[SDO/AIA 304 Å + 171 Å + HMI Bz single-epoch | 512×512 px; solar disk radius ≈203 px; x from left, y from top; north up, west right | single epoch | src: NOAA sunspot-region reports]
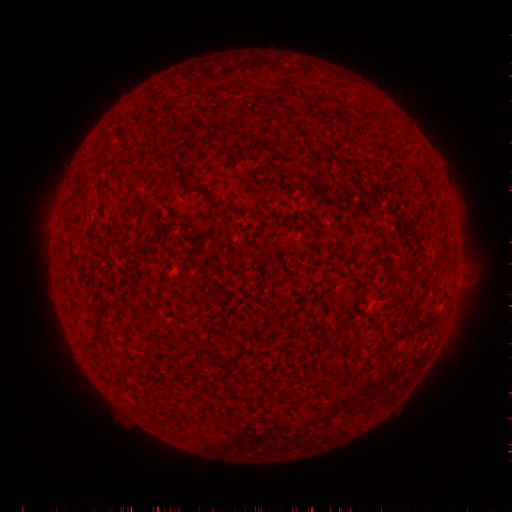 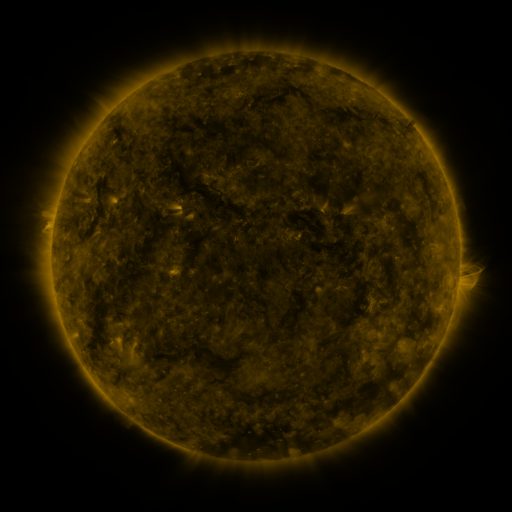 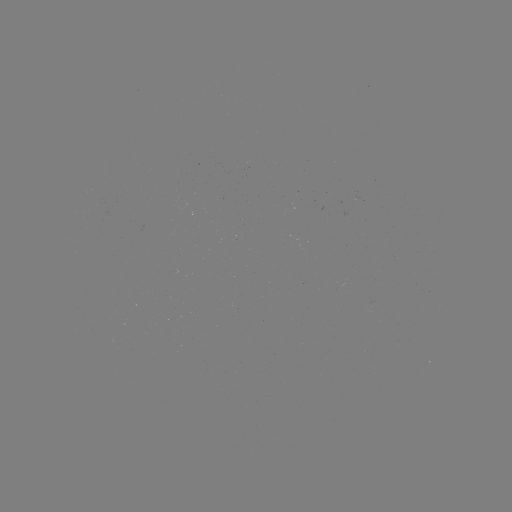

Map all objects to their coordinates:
(none)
